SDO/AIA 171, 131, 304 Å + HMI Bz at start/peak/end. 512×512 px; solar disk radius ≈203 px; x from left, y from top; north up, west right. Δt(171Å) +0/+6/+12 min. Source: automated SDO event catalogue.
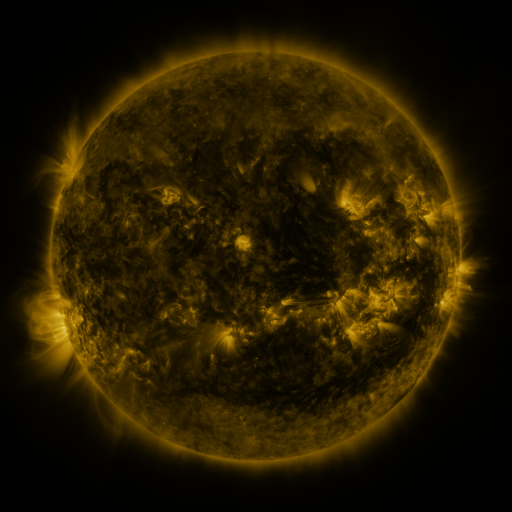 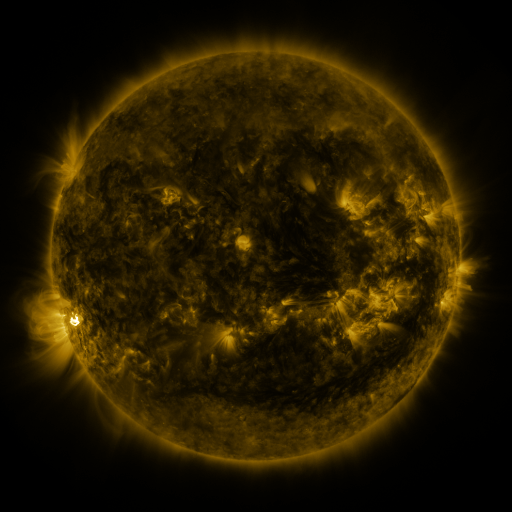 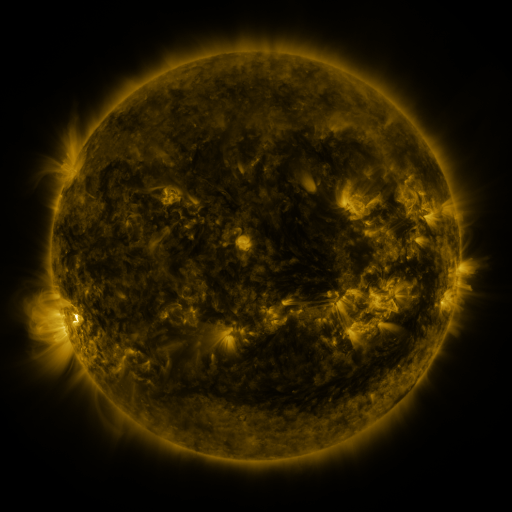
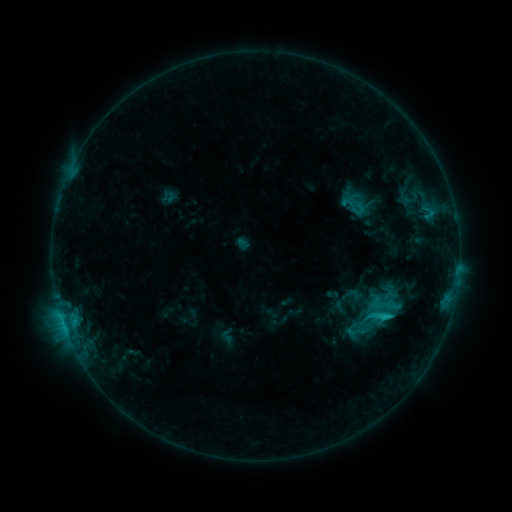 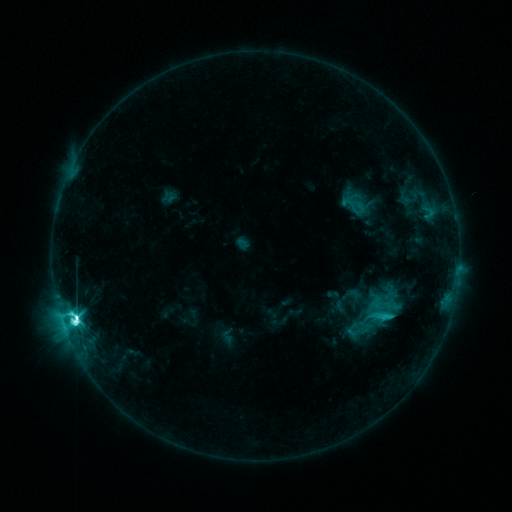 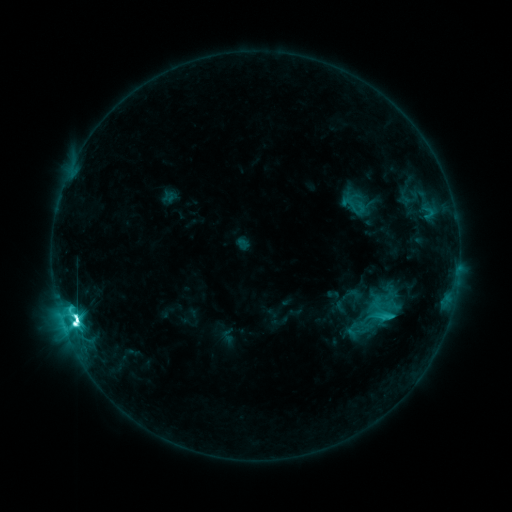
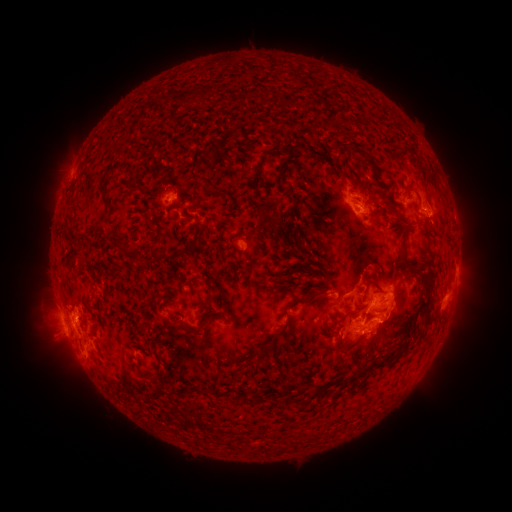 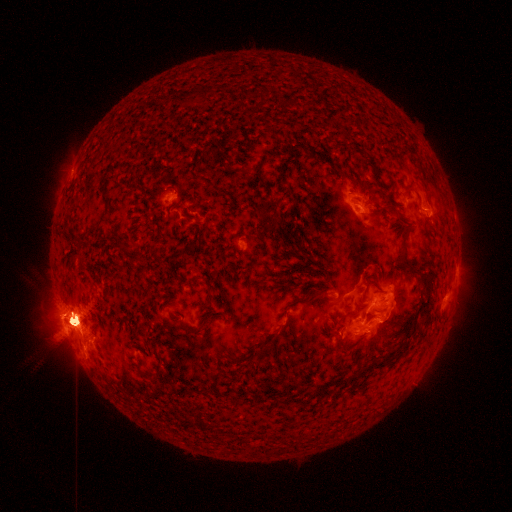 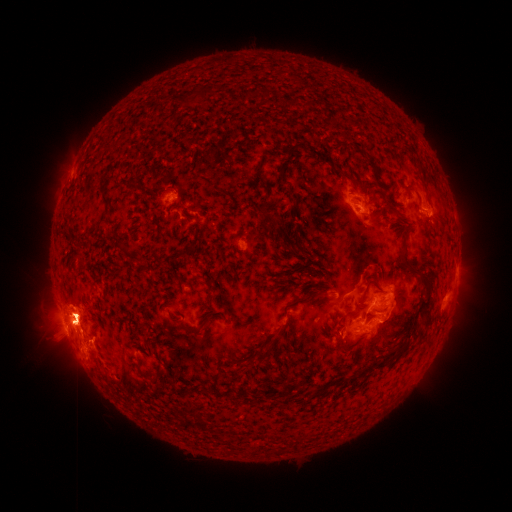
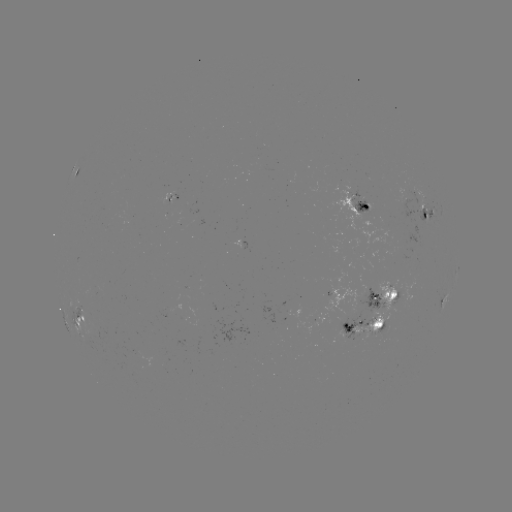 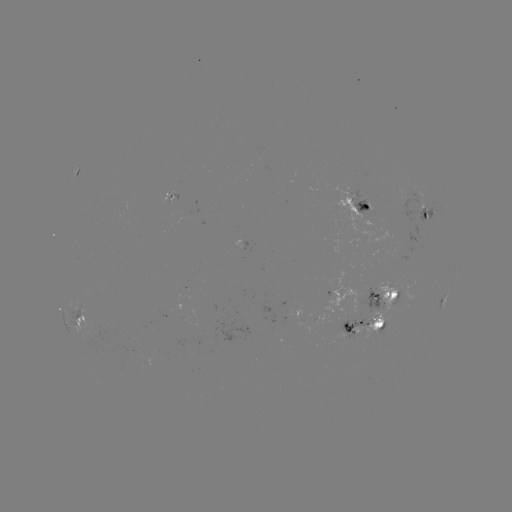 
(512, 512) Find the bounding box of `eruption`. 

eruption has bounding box [414, 164, 484, 257].